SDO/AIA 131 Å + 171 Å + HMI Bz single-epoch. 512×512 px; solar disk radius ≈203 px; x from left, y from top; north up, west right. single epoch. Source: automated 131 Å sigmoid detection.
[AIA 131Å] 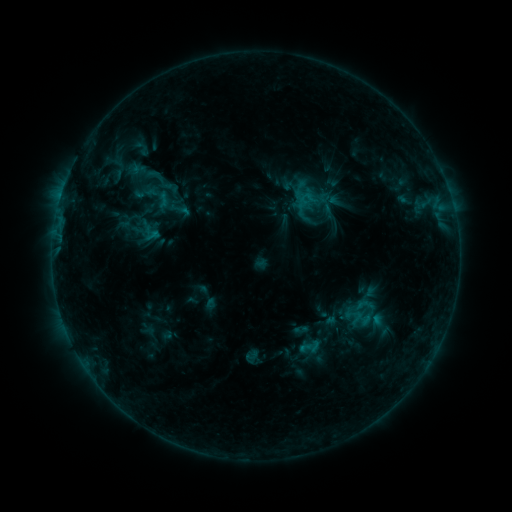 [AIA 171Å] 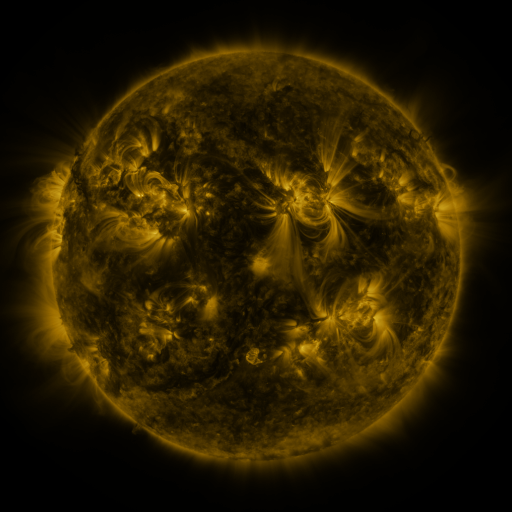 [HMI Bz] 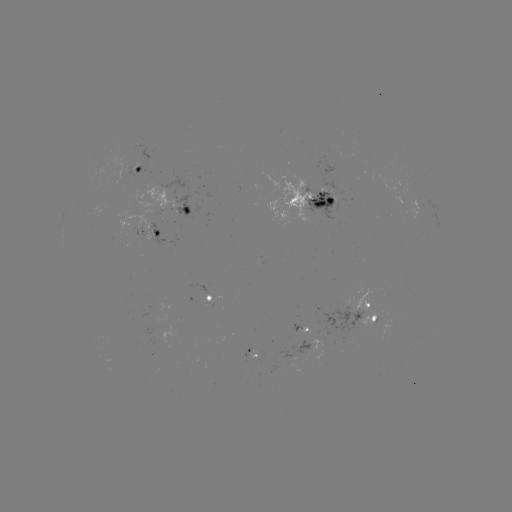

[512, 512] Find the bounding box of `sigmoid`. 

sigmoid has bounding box [144, 163, 175, 196].